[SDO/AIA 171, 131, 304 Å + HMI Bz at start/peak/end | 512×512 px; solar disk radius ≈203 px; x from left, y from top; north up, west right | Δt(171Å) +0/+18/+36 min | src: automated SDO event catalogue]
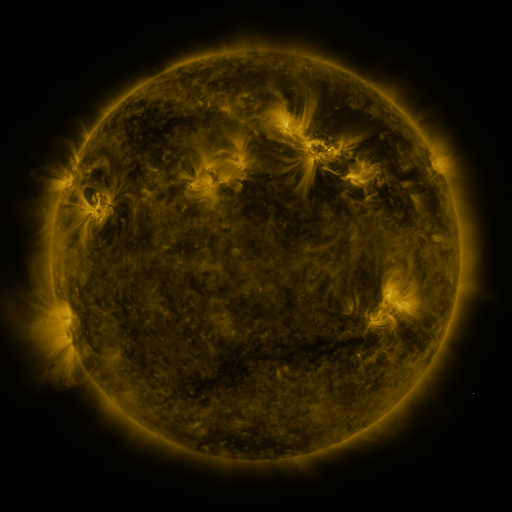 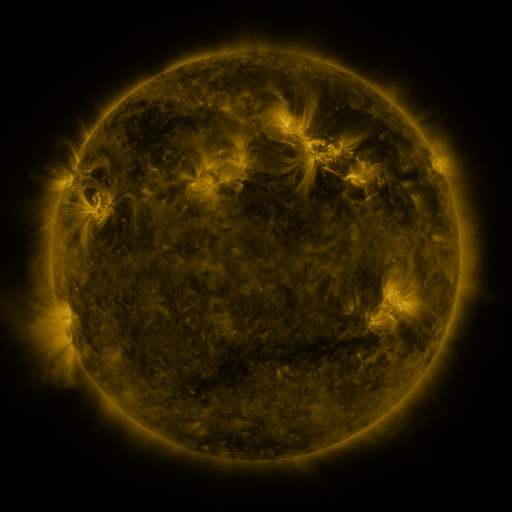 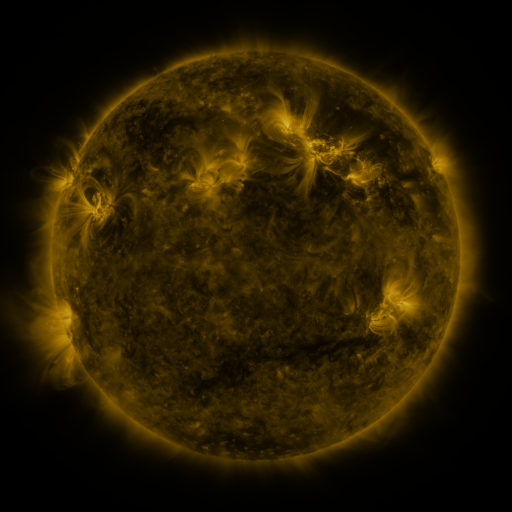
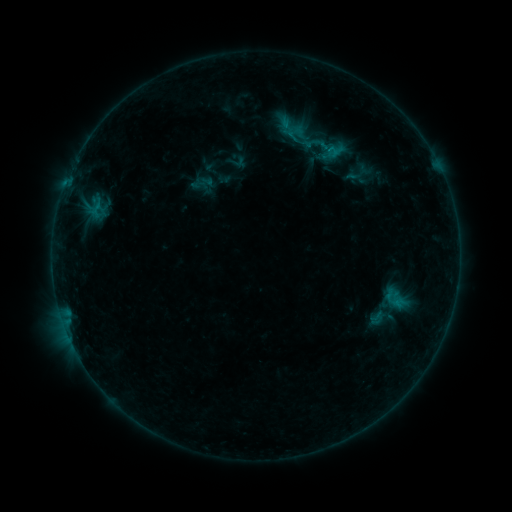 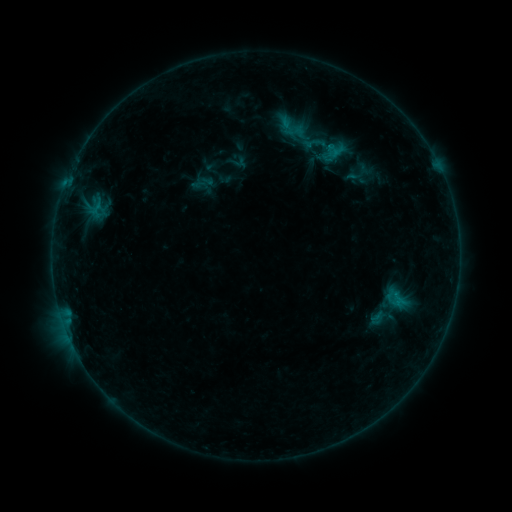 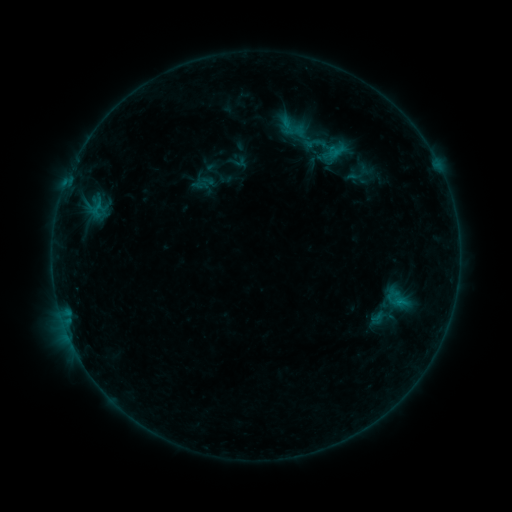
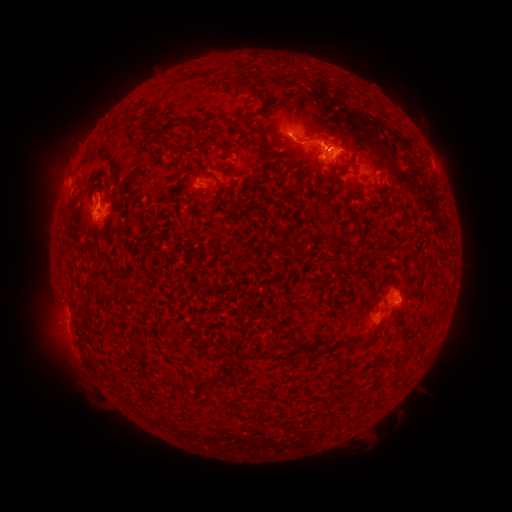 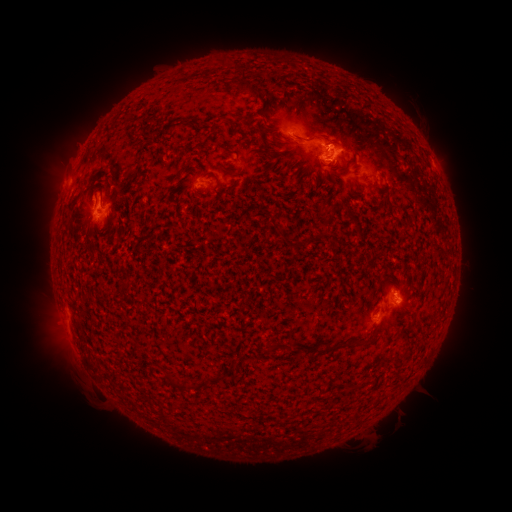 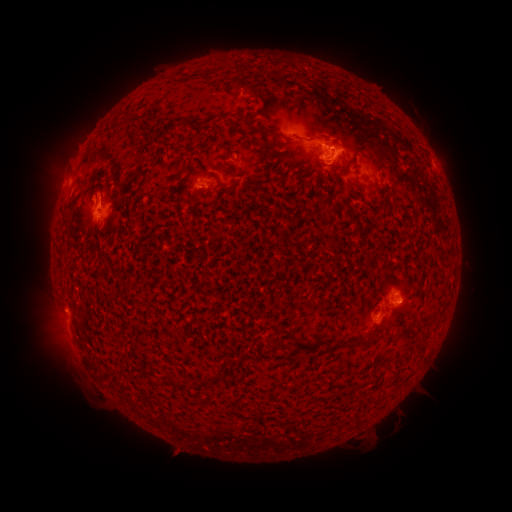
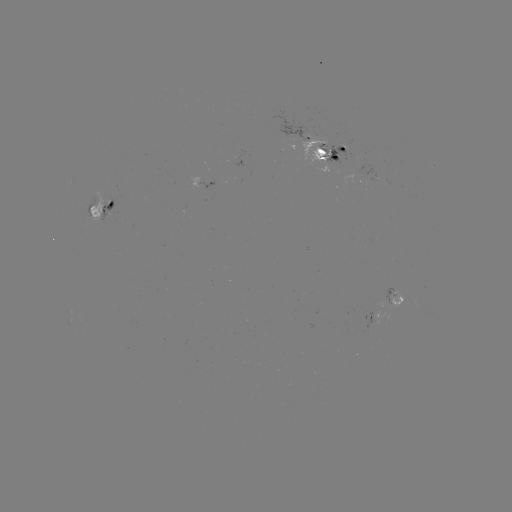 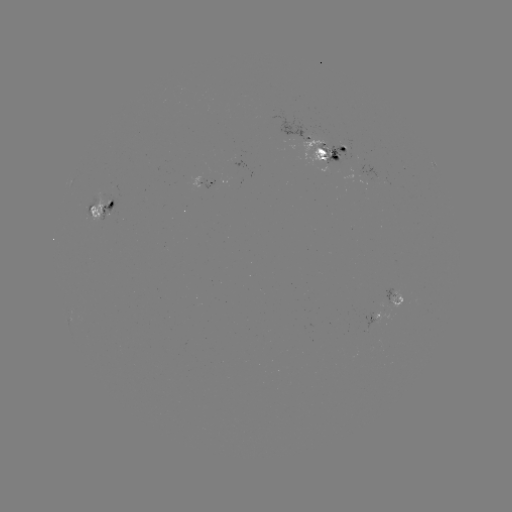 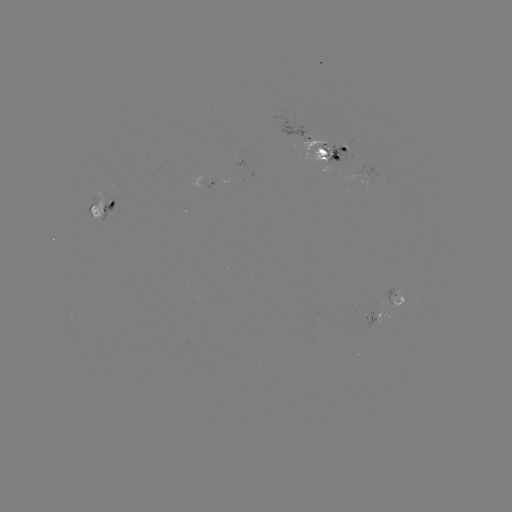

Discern emerging-flux region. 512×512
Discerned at (300, 132).